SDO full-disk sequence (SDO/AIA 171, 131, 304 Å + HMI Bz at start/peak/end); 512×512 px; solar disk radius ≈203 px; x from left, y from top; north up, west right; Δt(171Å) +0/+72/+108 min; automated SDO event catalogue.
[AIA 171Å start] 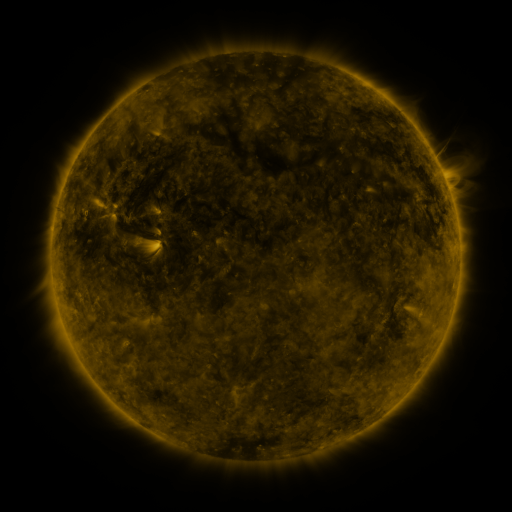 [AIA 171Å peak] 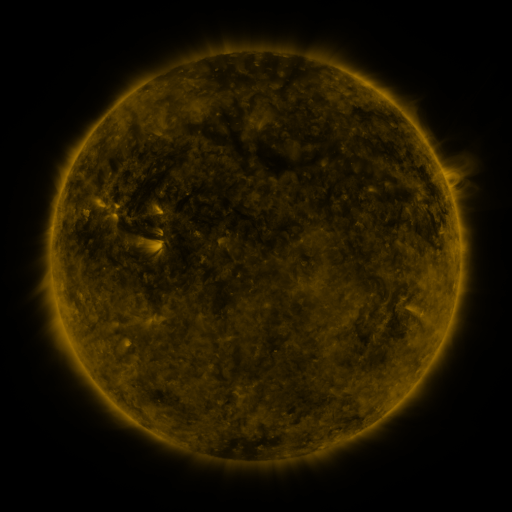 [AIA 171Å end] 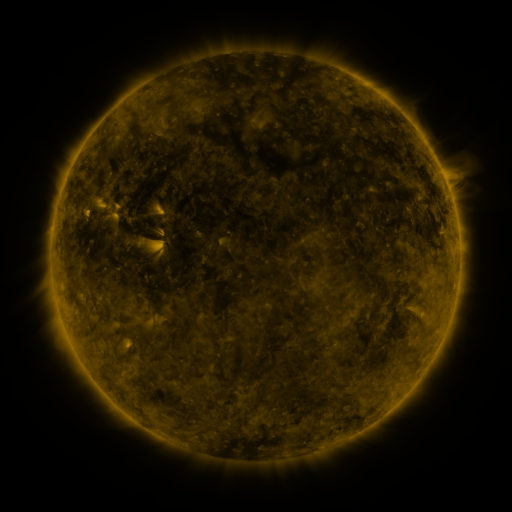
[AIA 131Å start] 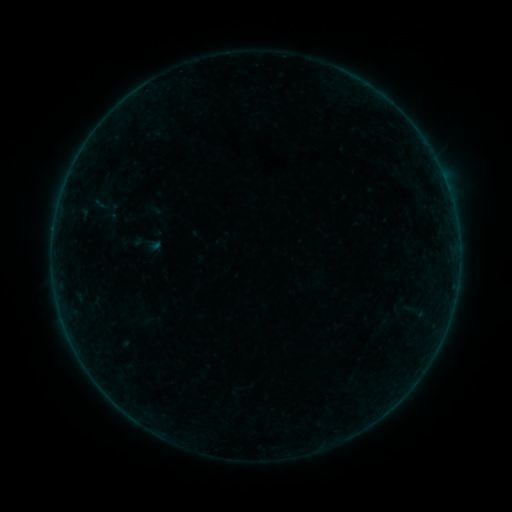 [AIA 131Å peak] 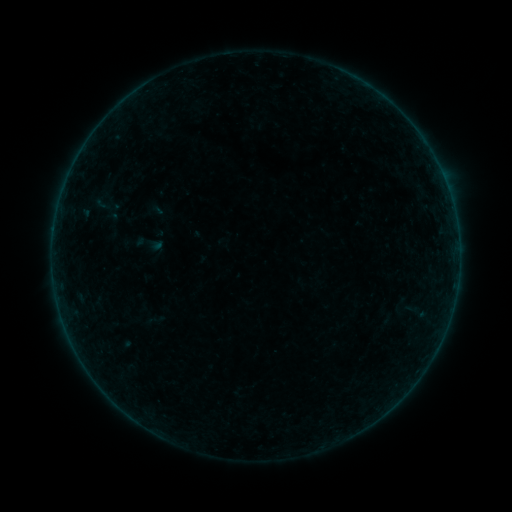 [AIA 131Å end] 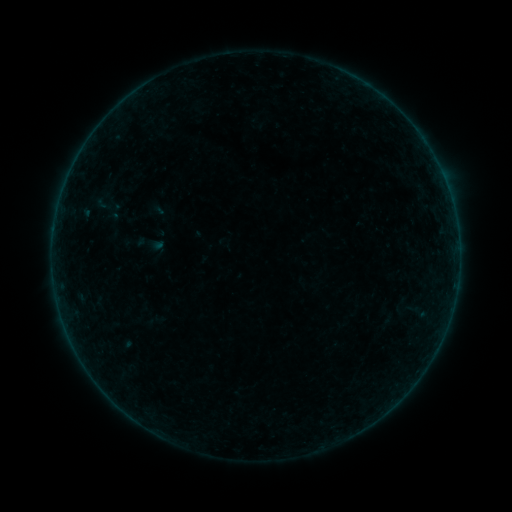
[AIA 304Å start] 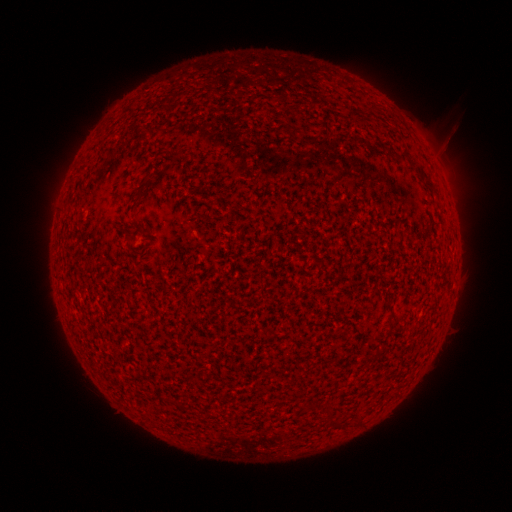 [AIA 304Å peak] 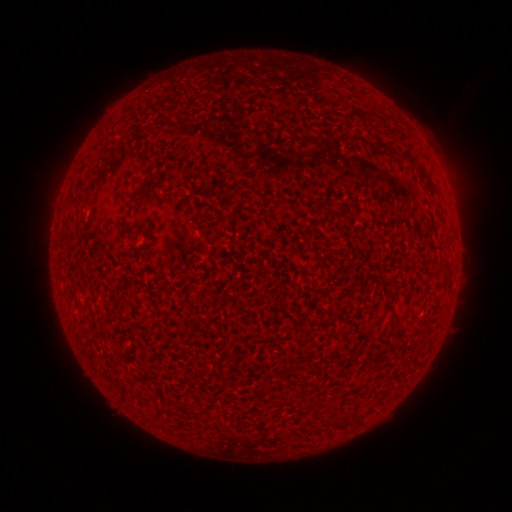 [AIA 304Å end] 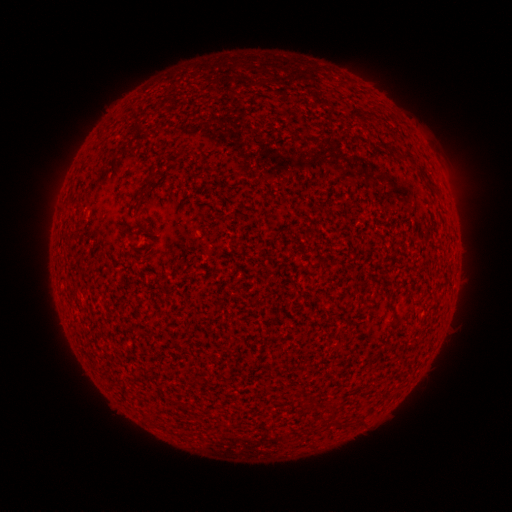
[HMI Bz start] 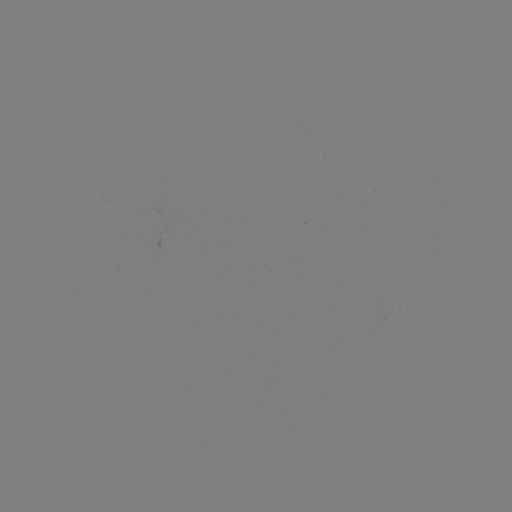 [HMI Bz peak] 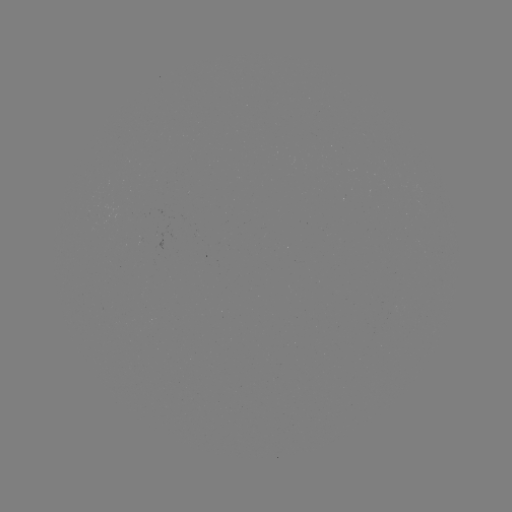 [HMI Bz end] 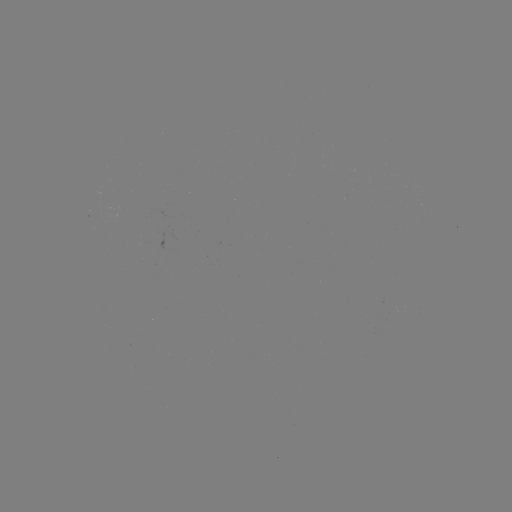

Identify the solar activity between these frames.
emerging-flux region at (100, 194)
